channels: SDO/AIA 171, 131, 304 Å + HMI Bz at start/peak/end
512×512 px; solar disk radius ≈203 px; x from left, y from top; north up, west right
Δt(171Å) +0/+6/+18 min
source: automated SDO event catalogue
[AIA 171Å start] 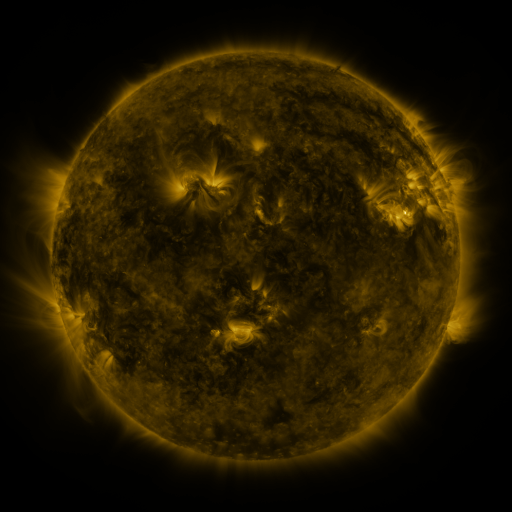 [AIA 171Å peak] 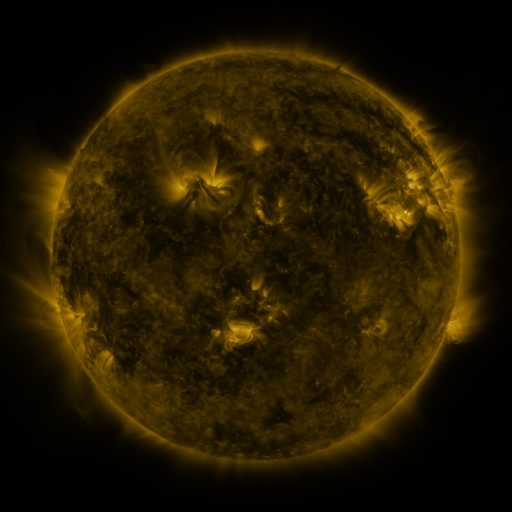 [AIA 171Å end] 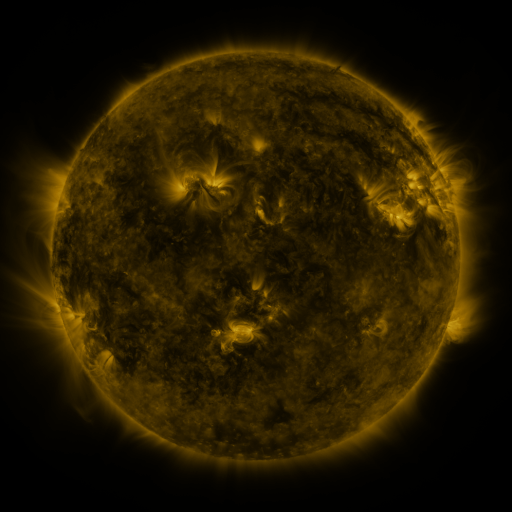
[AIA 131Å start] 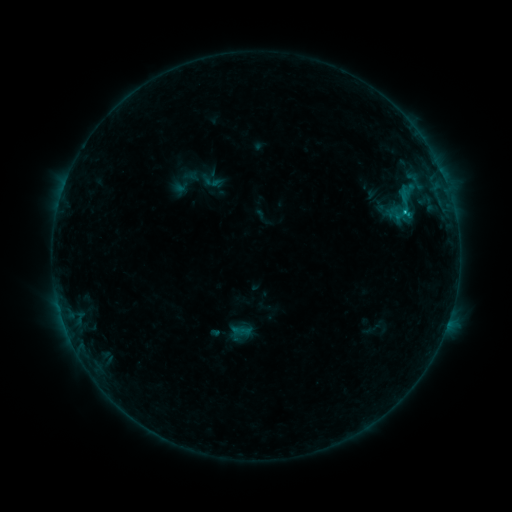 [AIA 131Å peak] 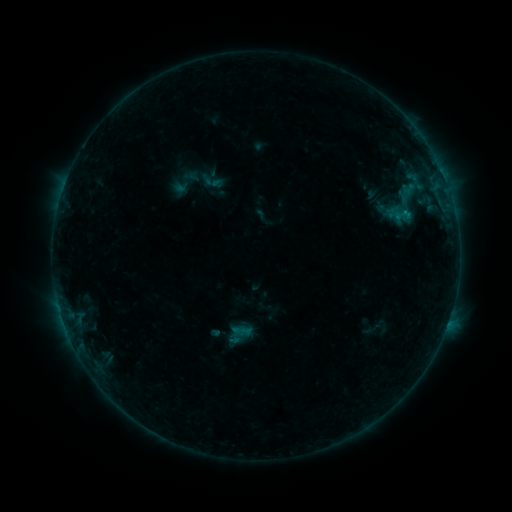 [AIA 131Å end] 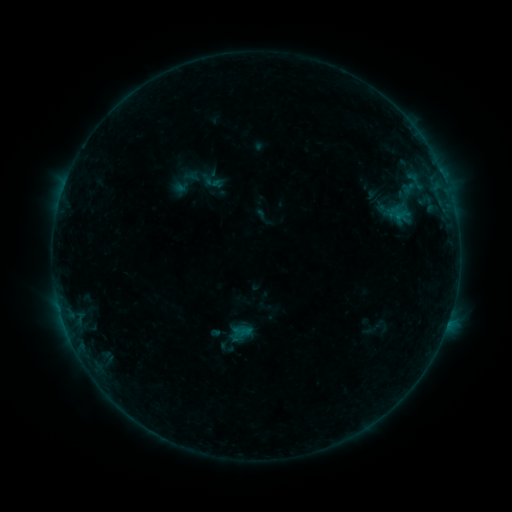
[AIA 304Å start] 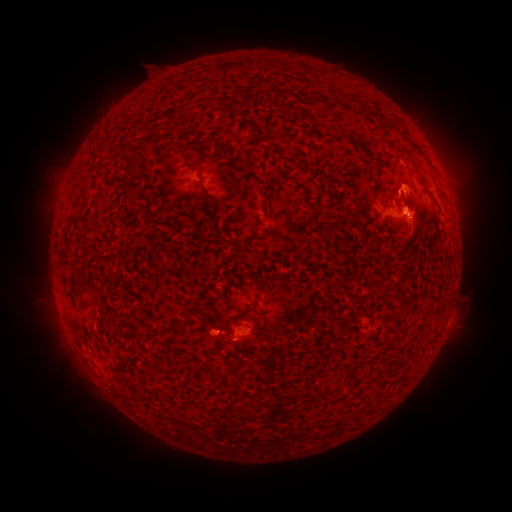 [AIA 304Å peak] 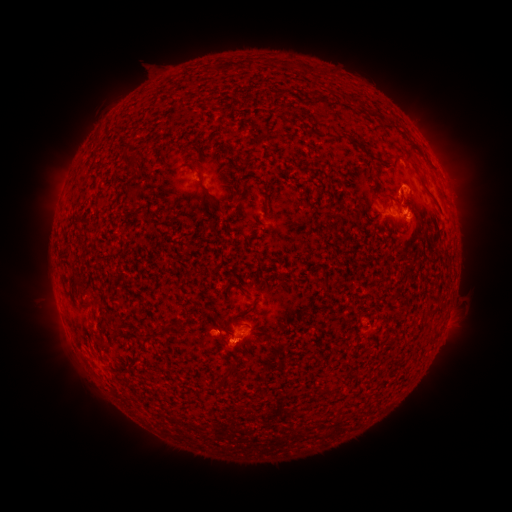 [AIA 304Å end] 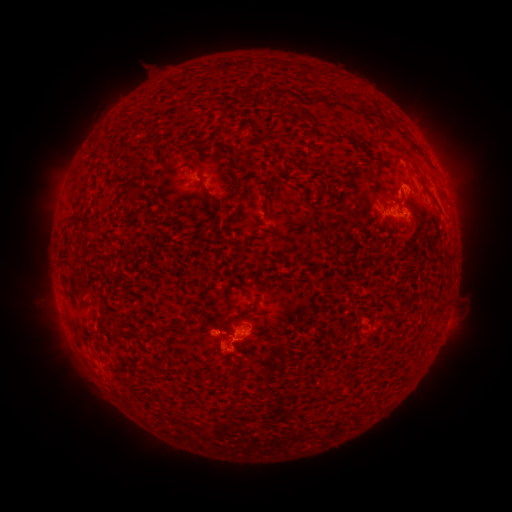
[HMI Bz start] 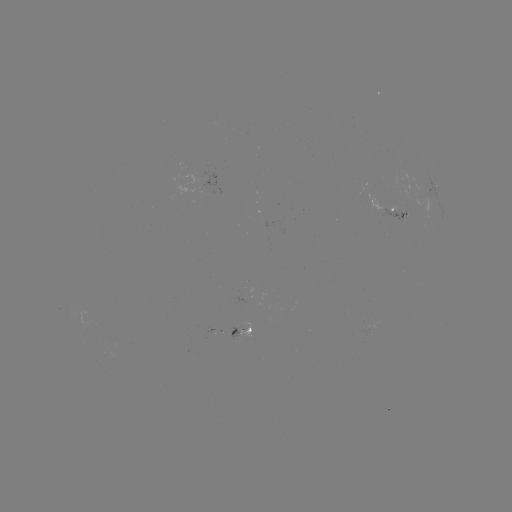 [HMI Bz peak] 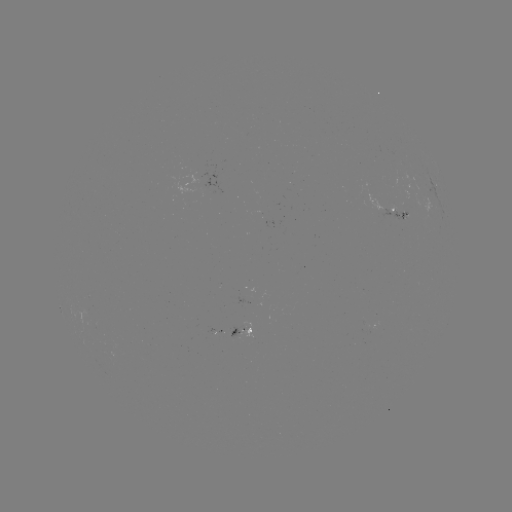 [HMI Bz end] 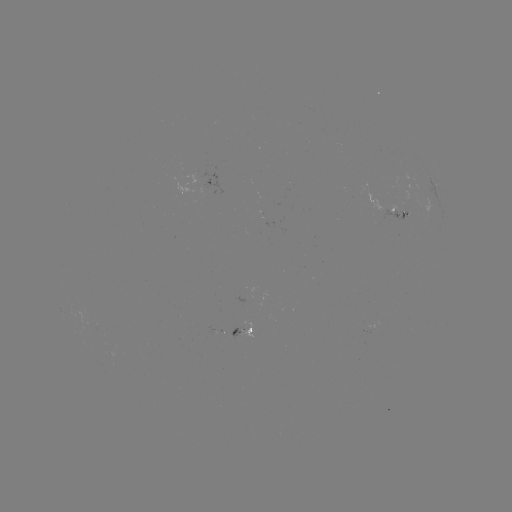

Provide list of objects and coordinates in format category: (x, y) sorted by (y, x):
eruption: (233, 353)
